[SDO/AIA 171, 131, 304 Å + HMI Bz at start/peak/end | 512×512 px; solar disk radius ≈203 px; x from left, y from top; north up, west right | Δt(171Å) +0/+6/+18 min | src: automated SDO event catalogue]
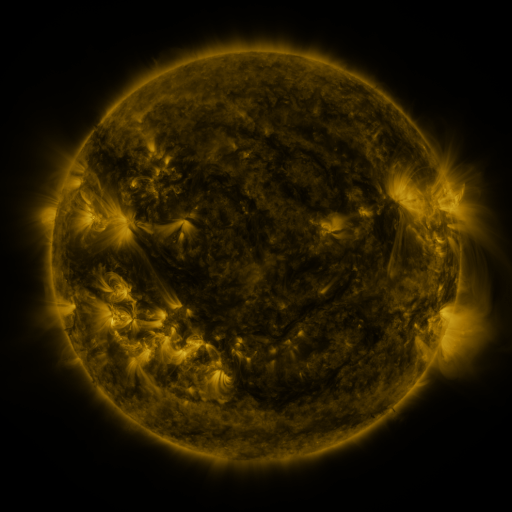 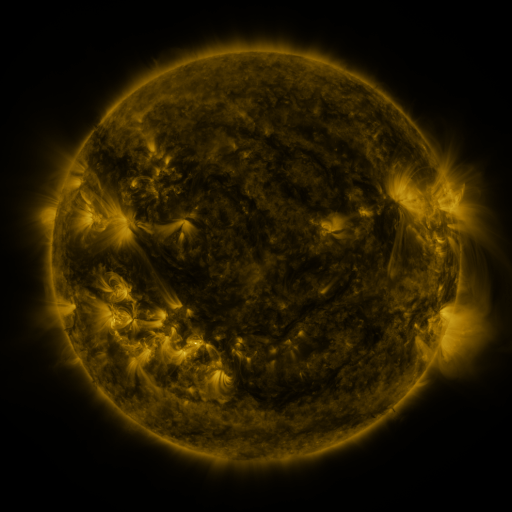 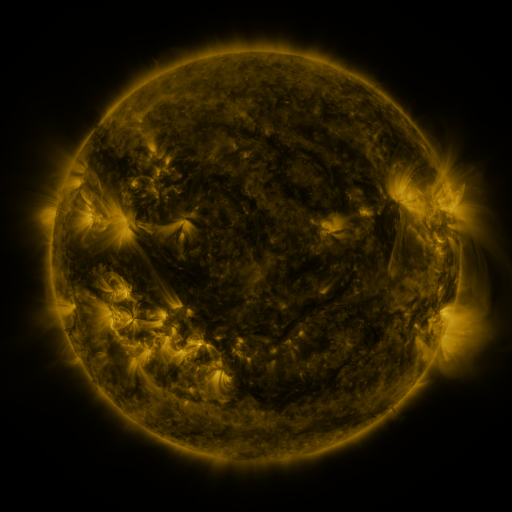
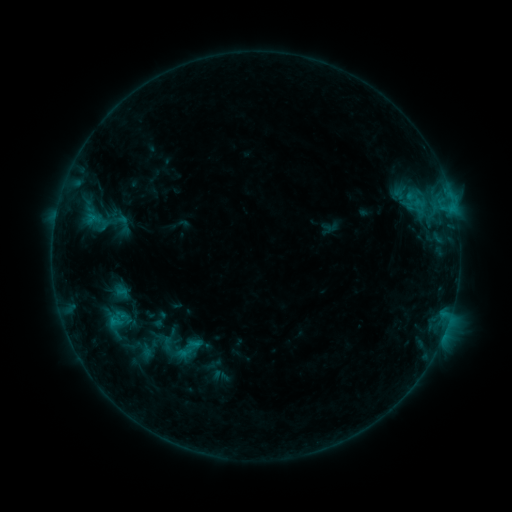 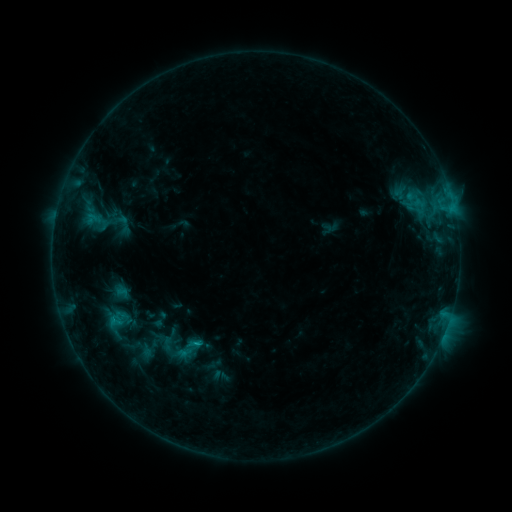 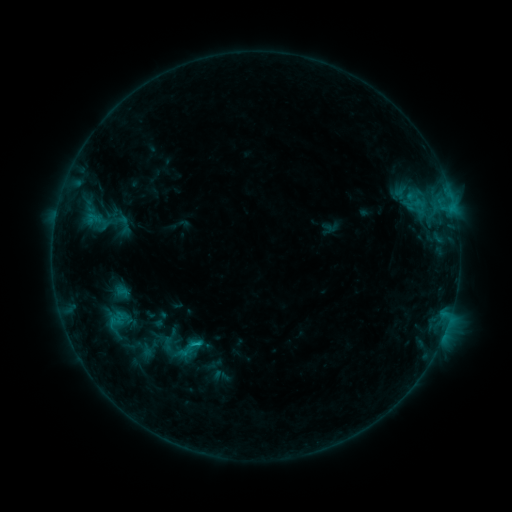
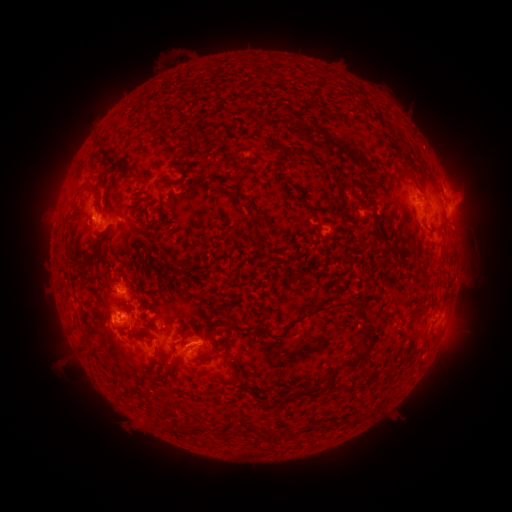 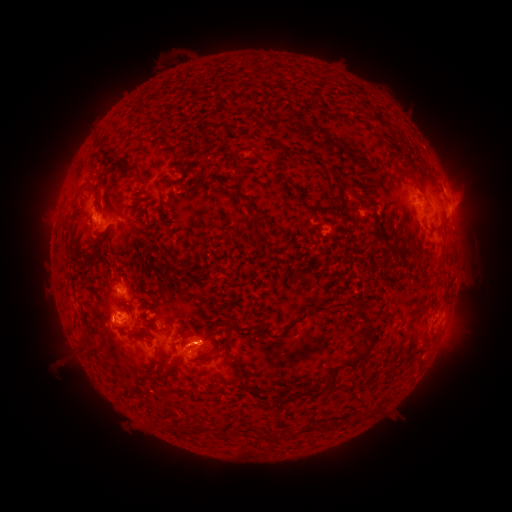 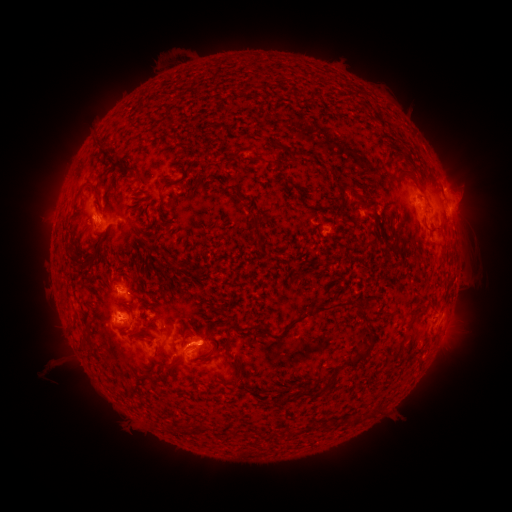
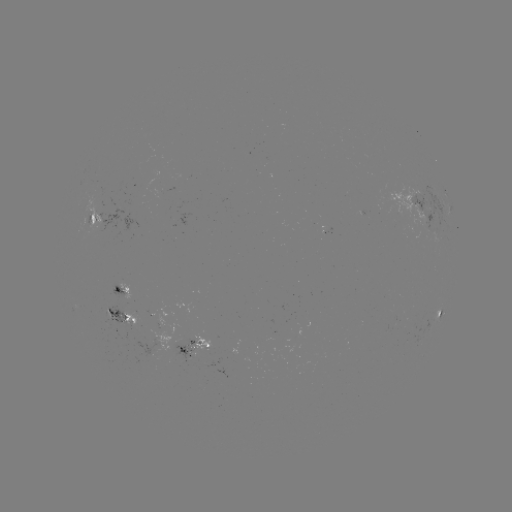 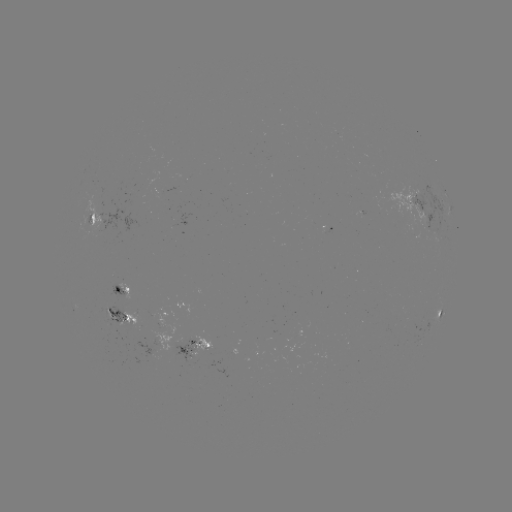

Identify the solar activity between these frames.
C1.5 flare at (198, 341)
